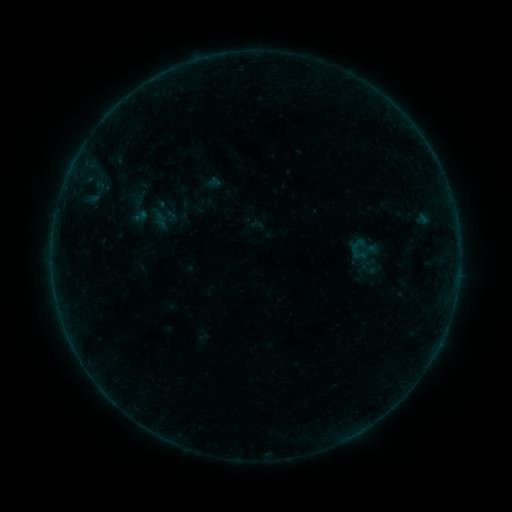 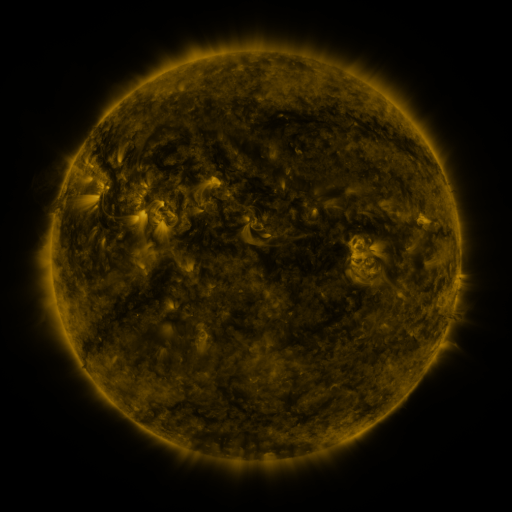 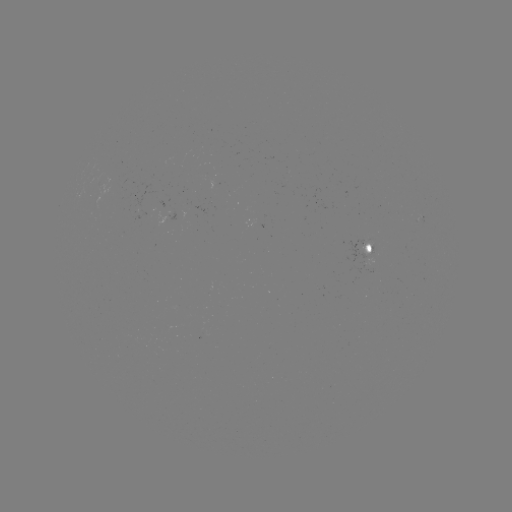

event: sigmoid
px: (137, 211)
